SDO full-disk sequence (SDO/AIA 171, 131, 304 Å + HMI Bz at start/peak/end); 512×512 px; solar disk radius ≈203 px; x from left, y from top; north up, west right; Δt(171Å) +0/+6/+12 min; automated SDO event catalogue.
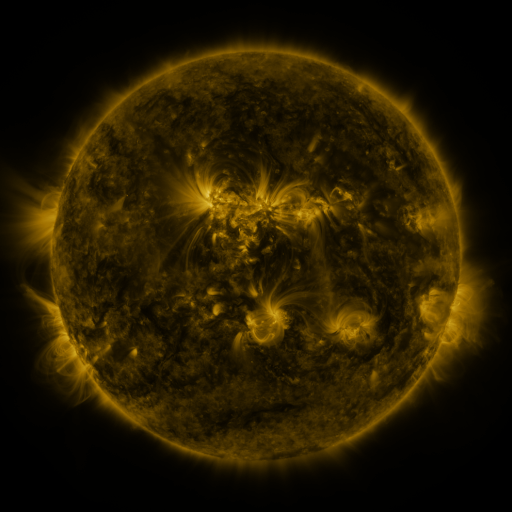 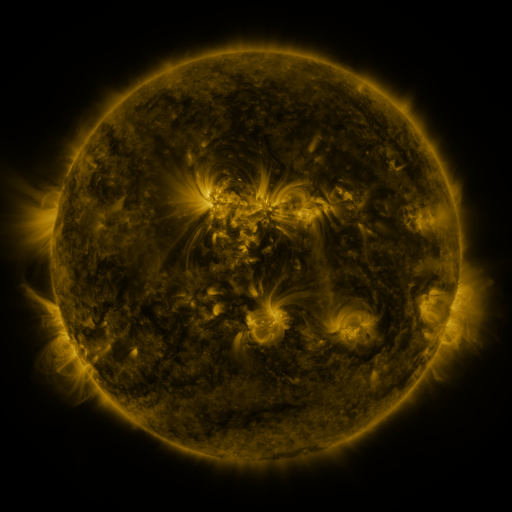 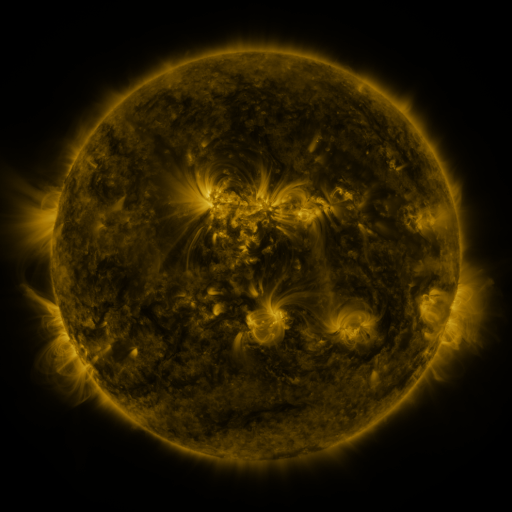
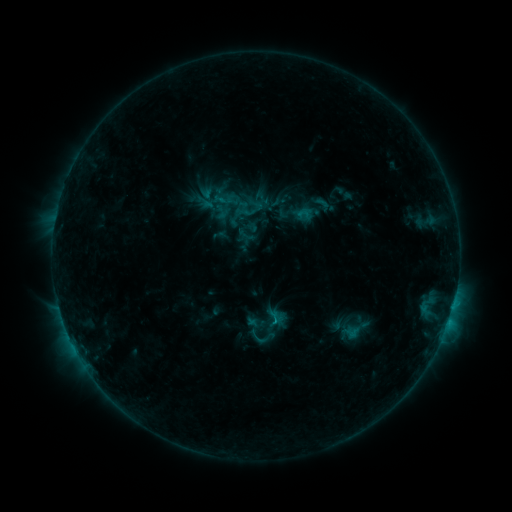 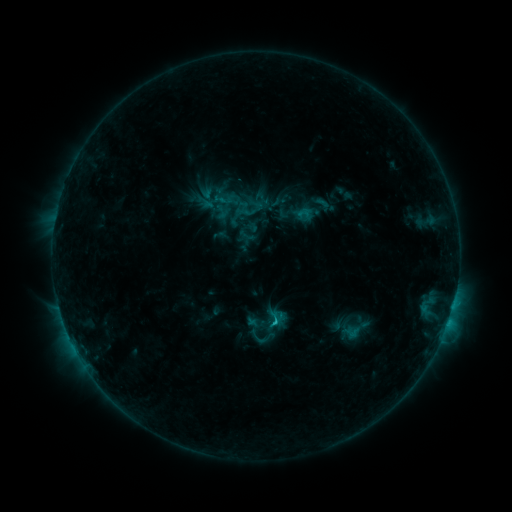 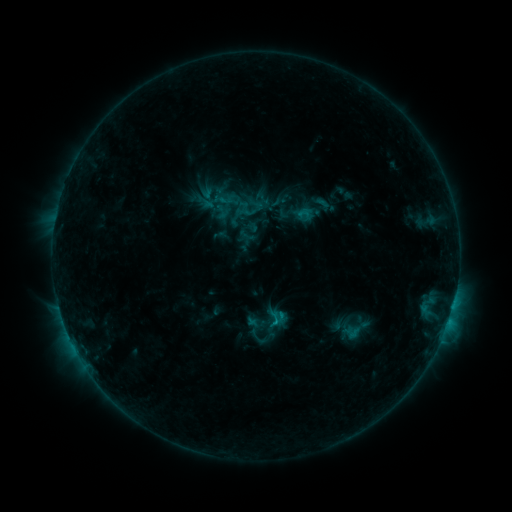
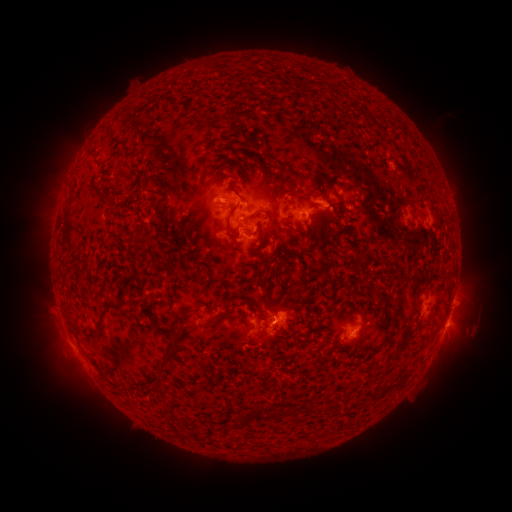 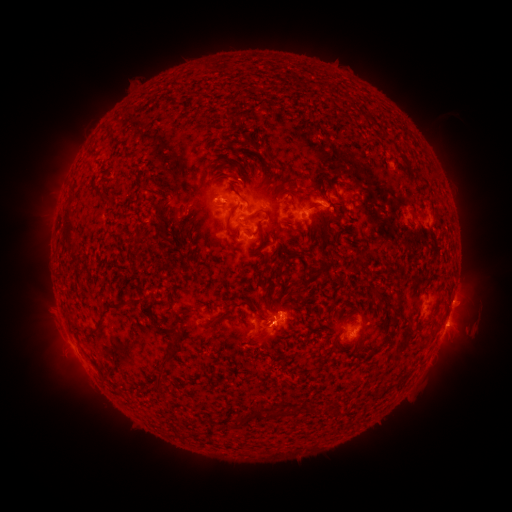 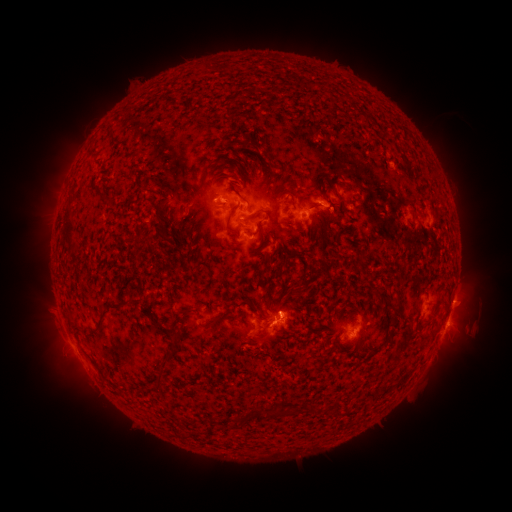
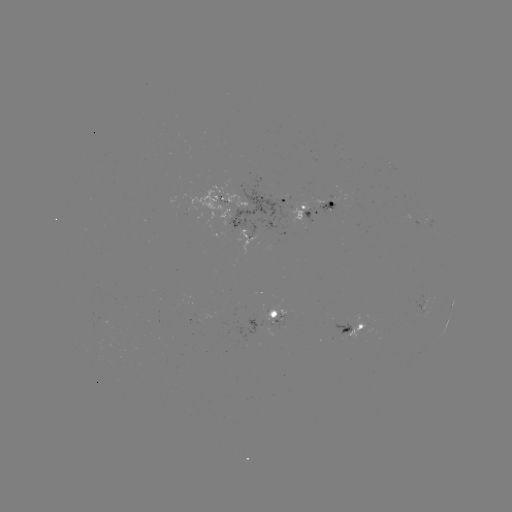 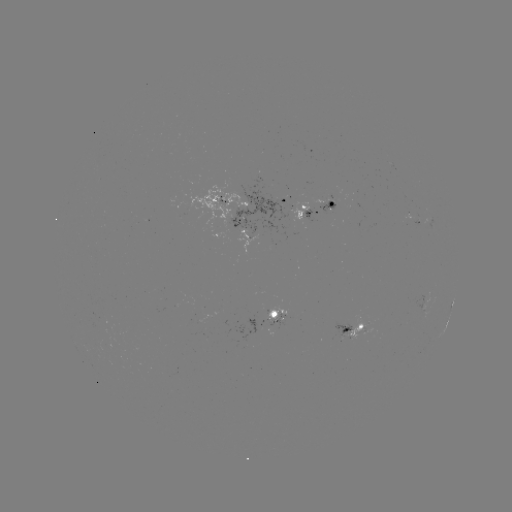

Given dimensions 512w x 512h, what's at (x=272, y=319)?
C1.1 flare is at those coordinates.